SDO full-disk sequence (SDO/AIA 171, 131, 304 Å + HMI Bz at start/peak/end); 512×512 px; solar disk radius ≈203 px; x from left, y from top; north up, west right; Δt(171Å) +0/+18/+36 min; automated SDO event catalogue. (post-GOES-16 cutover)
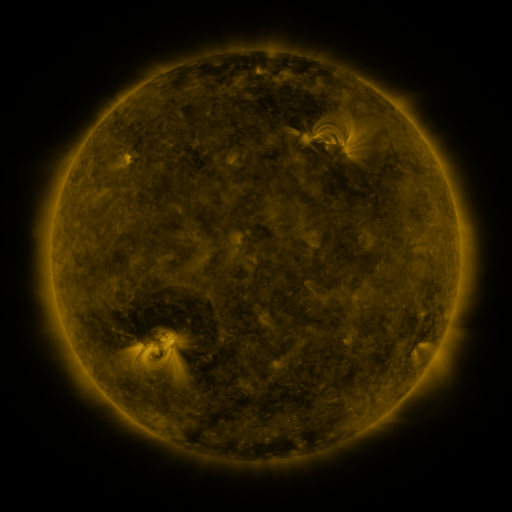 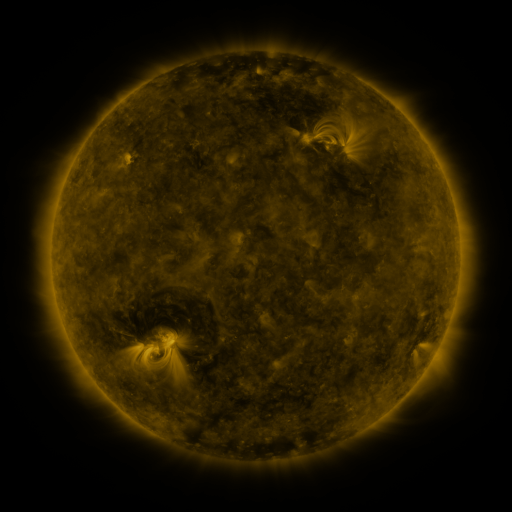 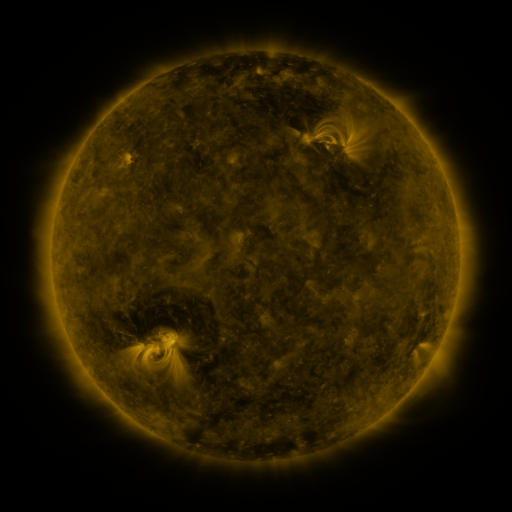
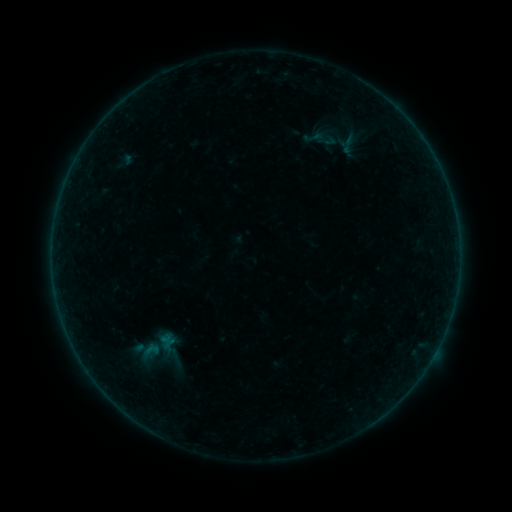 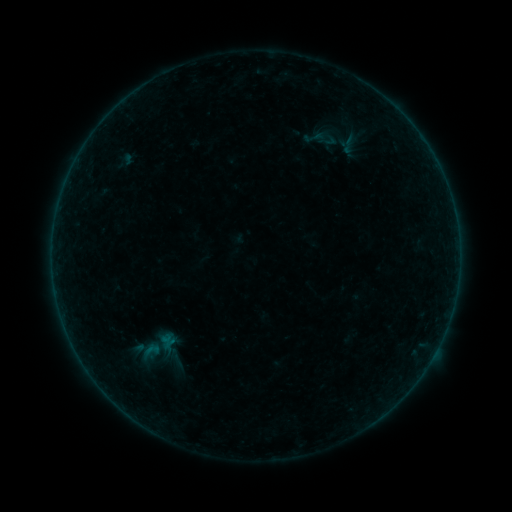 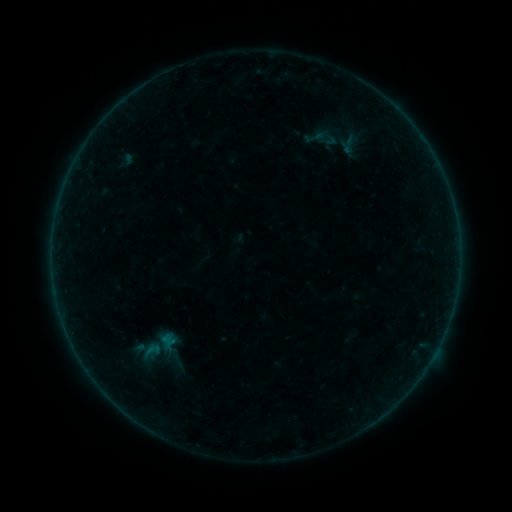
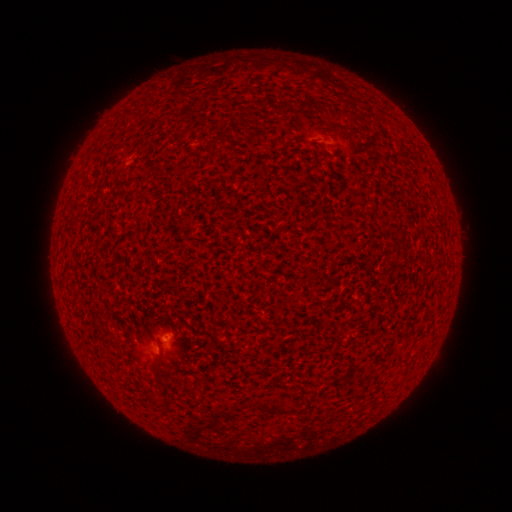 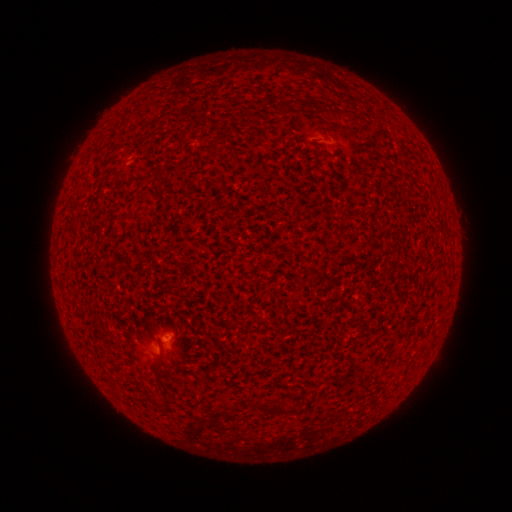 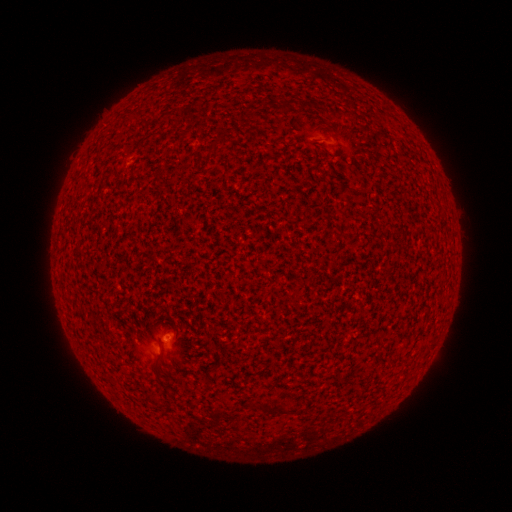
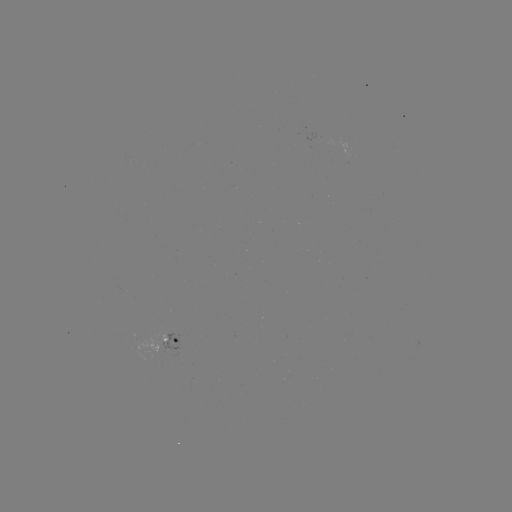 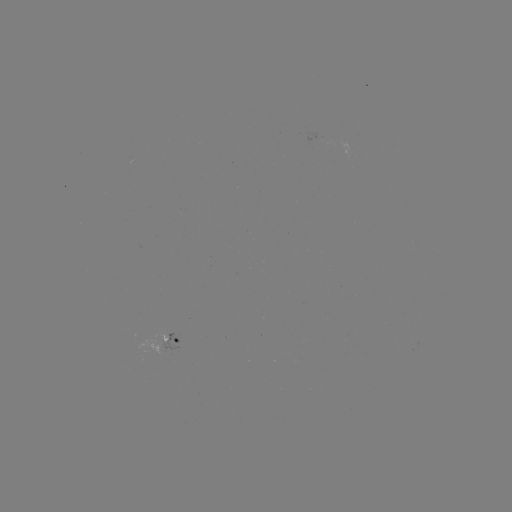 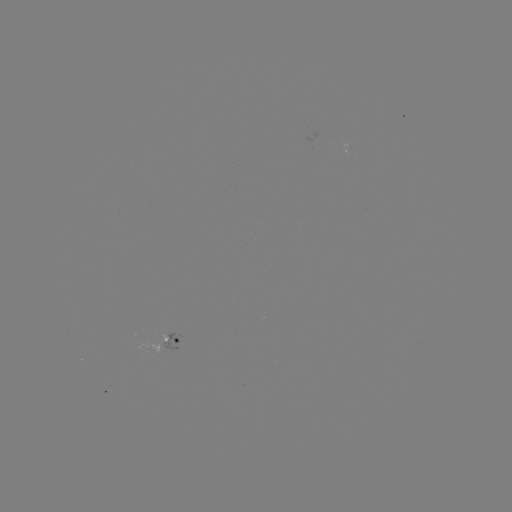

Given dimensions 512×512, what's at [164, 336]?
A8.5 flare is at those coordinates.